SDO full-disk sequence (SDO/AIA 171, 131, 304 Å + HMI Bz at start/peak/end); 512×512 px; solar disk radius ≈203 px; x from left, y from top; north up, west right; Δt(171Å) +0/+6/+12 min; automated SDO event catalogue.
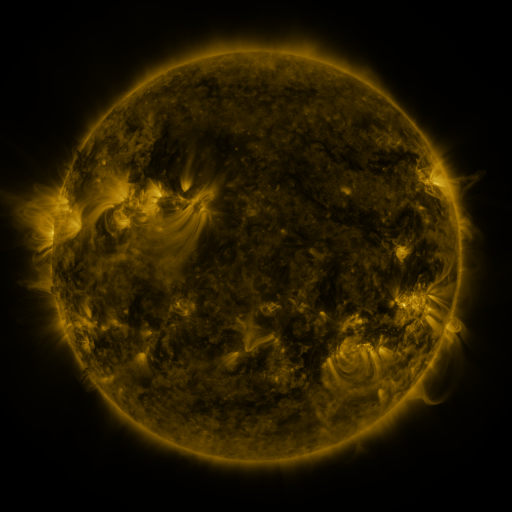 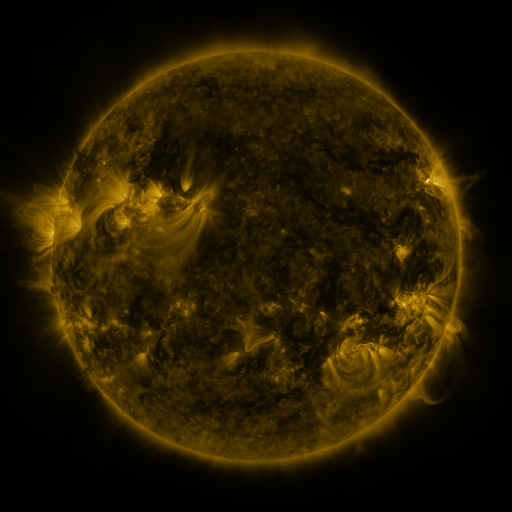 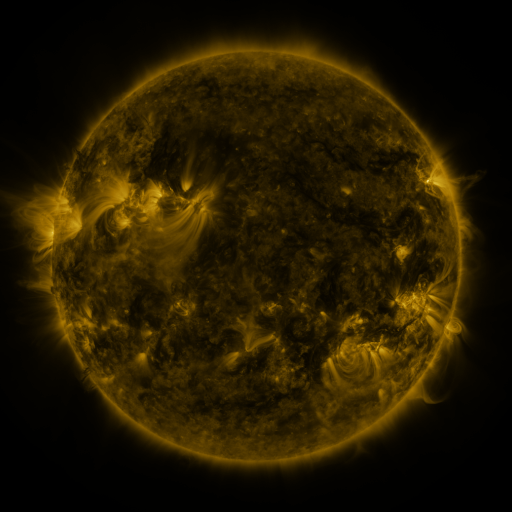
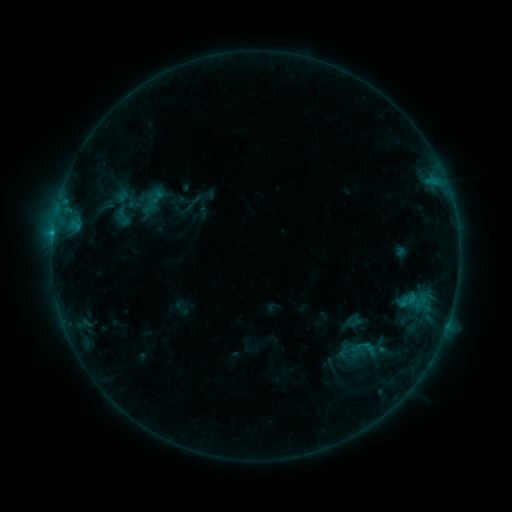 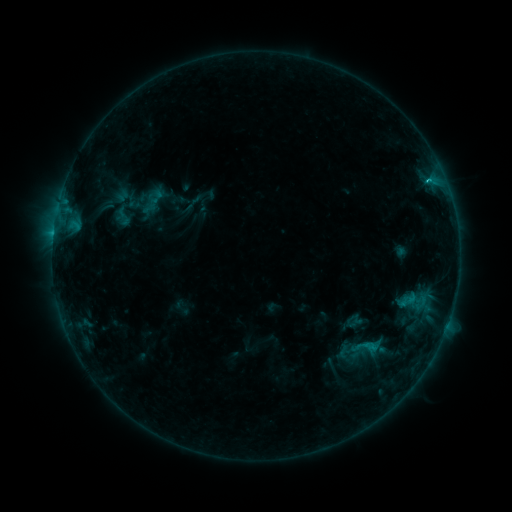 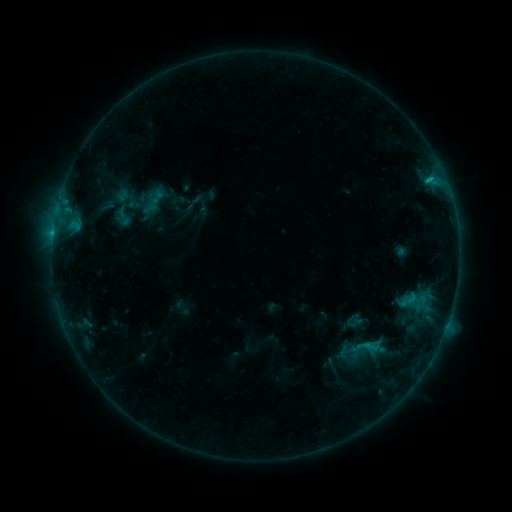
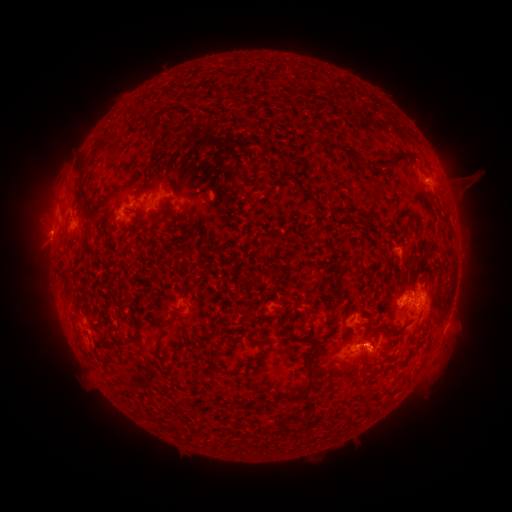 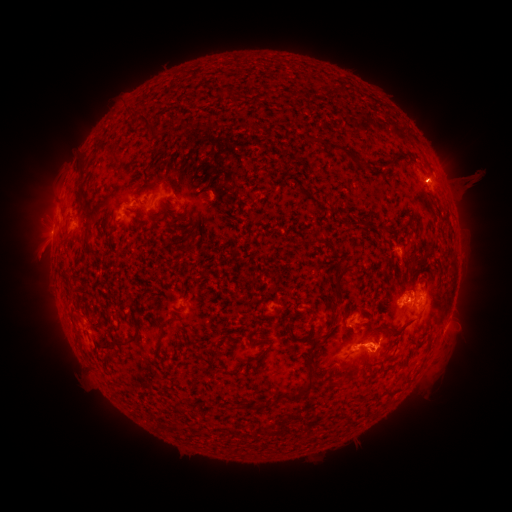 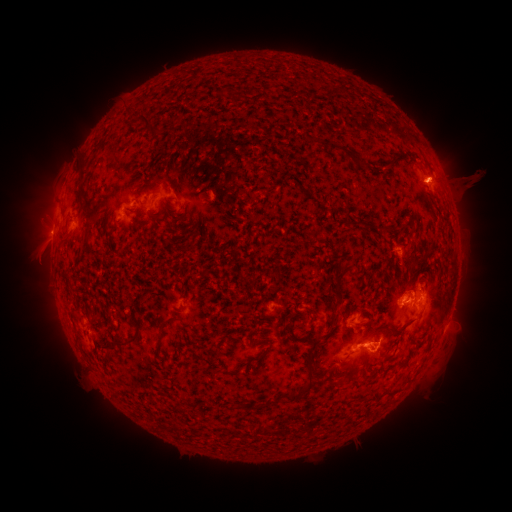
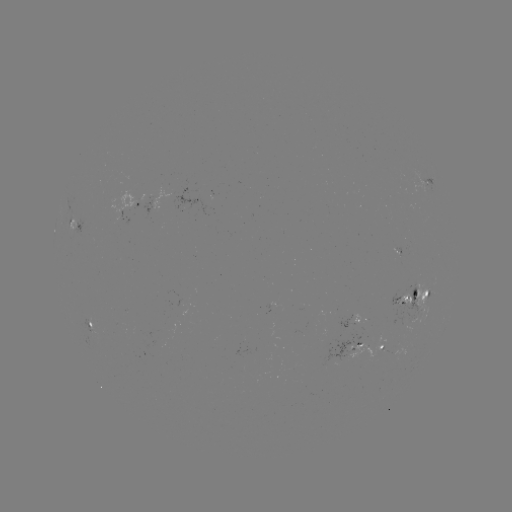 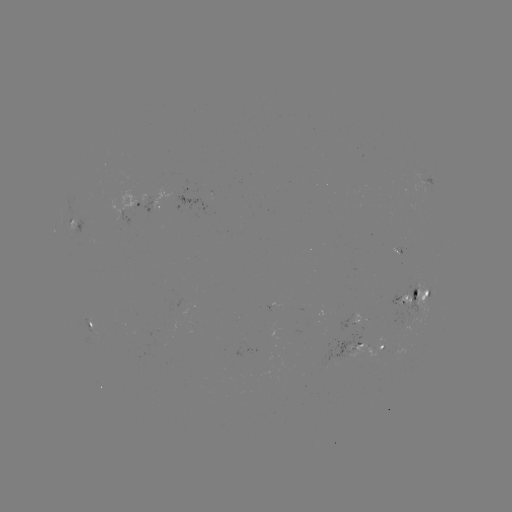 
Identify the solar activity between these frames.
C1.9 flare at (429, 183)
